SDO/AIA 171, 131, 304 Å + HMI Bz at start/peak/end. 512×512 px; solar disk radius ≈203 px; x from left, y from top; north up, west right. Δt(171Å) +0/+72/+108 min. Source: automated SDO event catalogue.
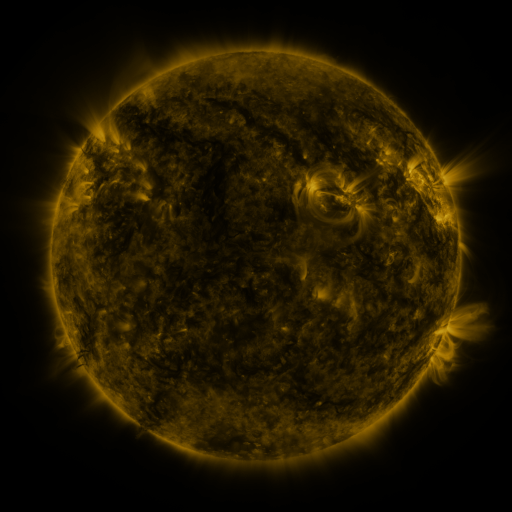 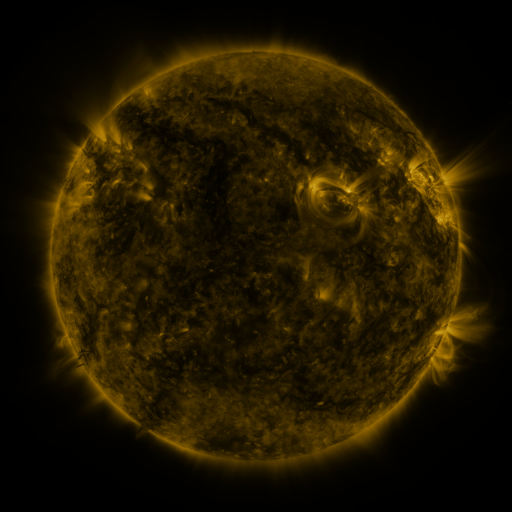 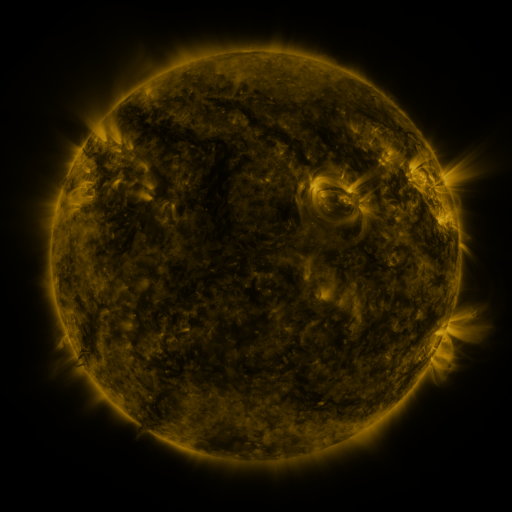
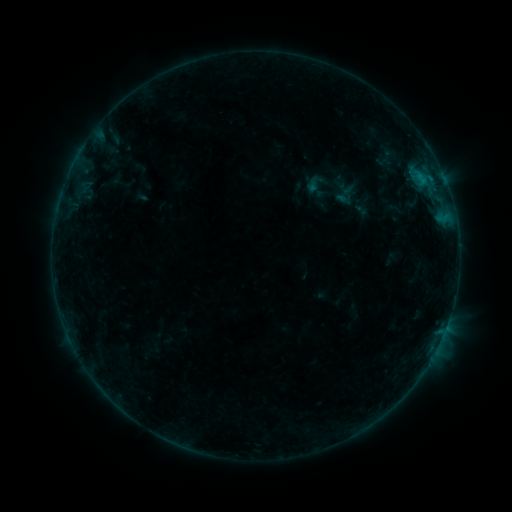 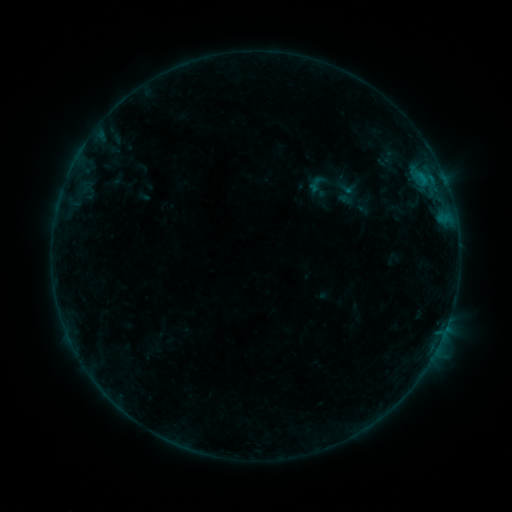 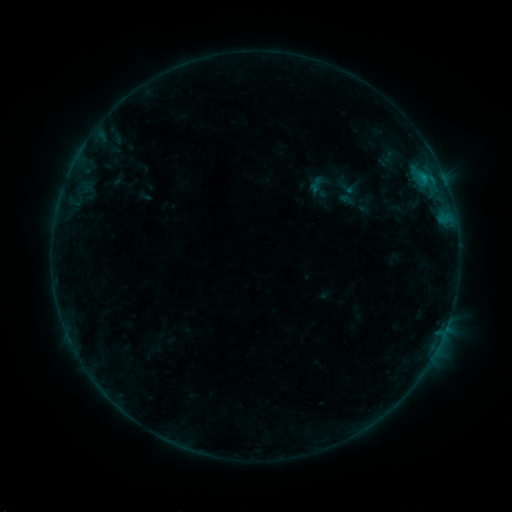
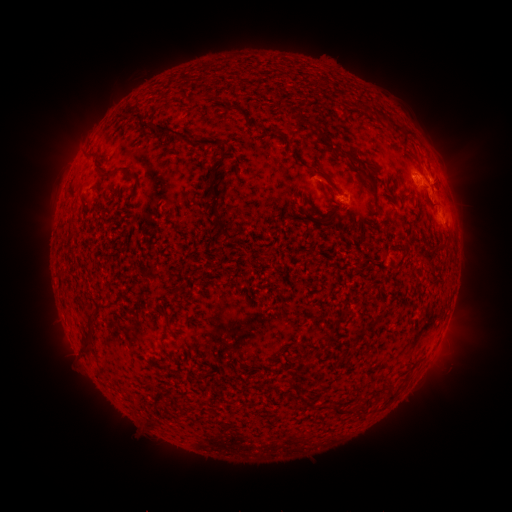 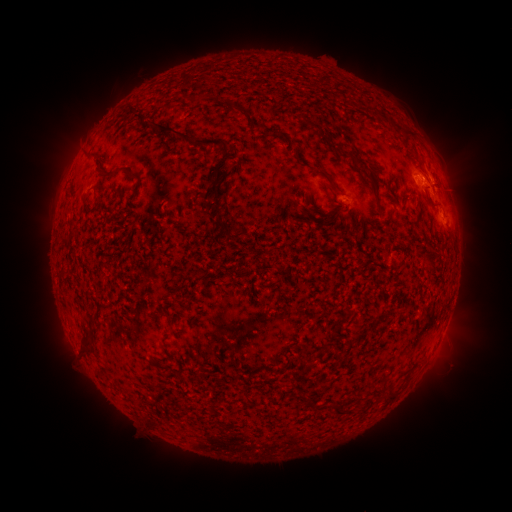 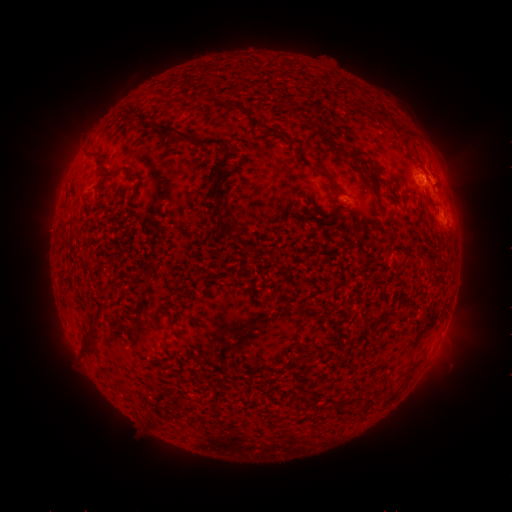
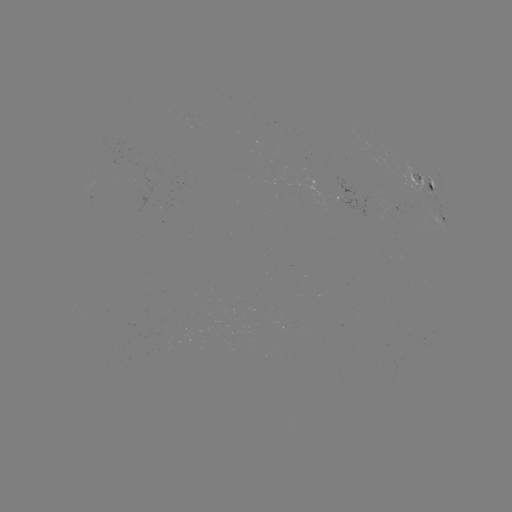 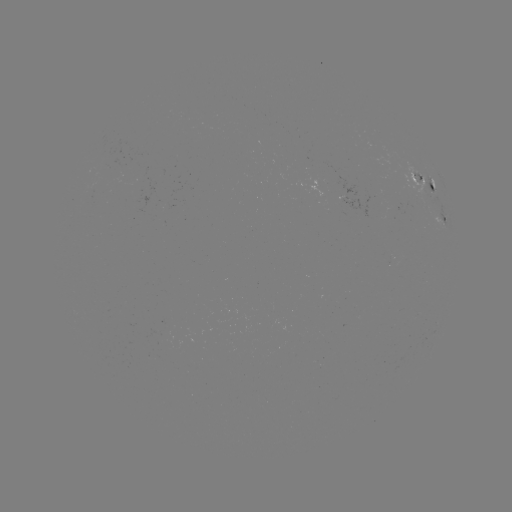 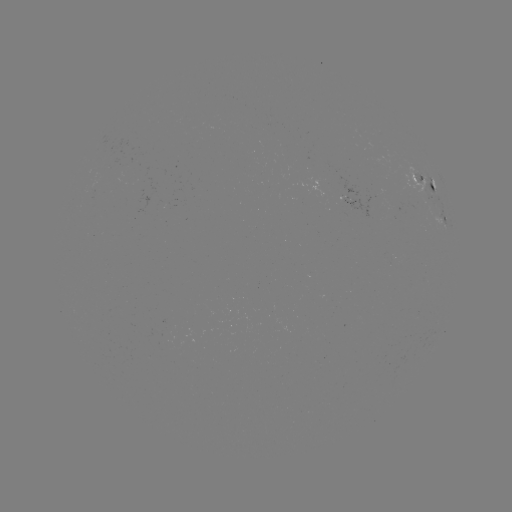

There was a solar emerging-flux region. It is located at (166, 337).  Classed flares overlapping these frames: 3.